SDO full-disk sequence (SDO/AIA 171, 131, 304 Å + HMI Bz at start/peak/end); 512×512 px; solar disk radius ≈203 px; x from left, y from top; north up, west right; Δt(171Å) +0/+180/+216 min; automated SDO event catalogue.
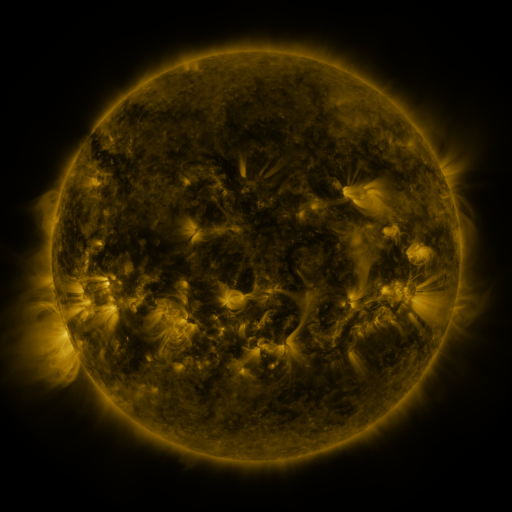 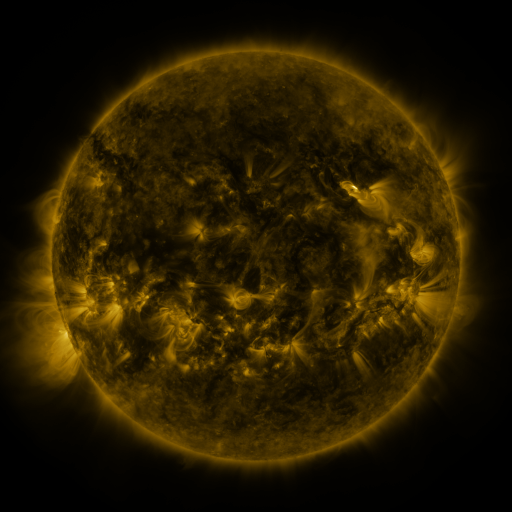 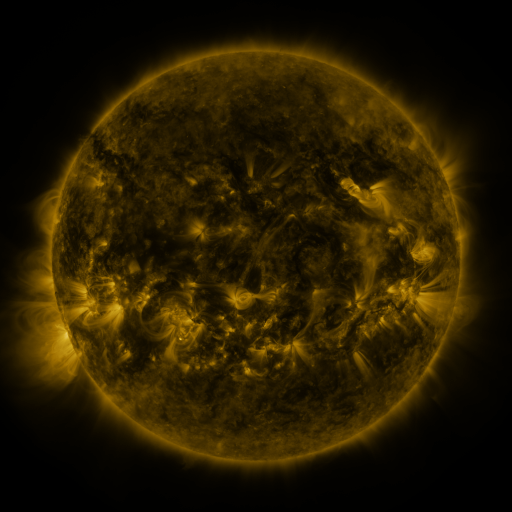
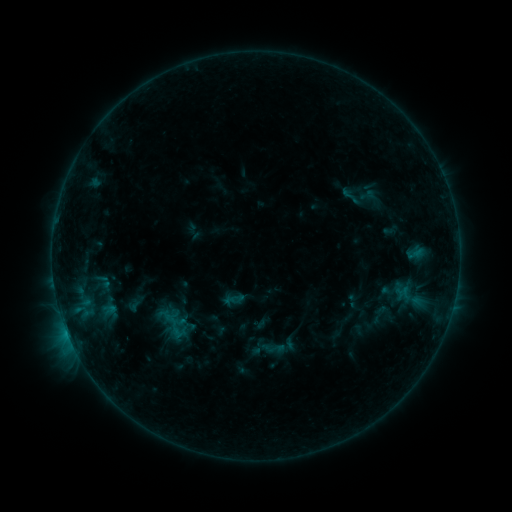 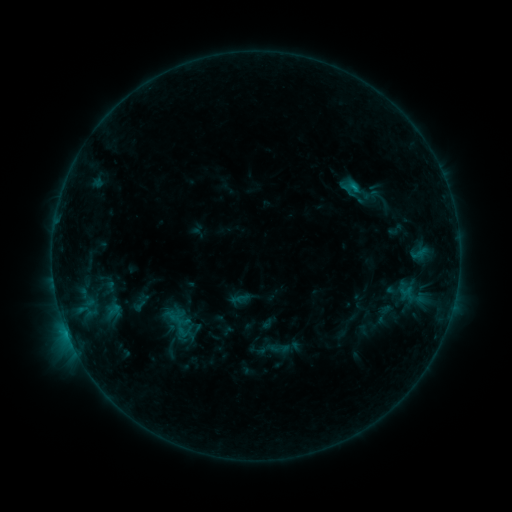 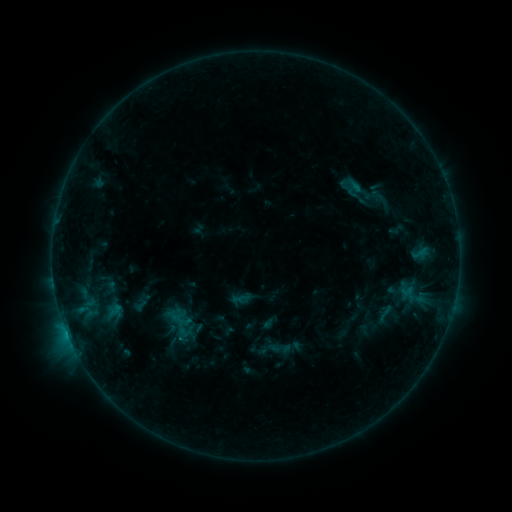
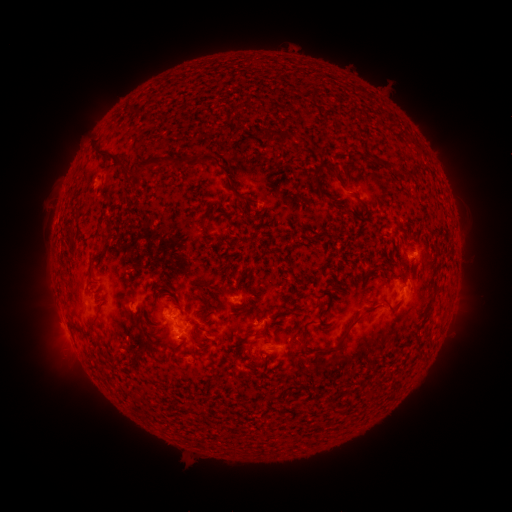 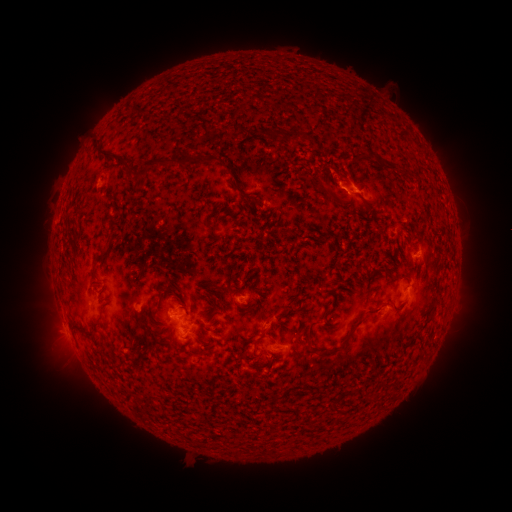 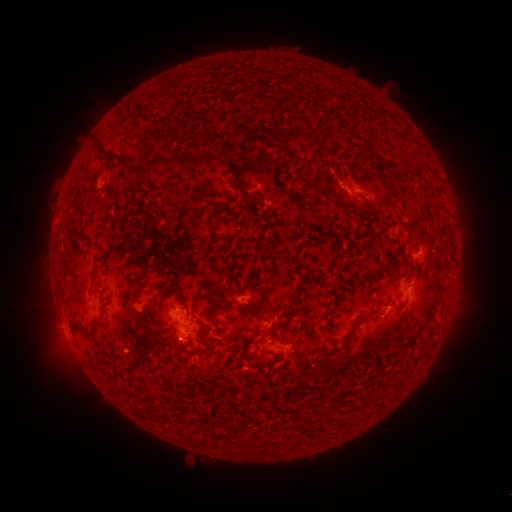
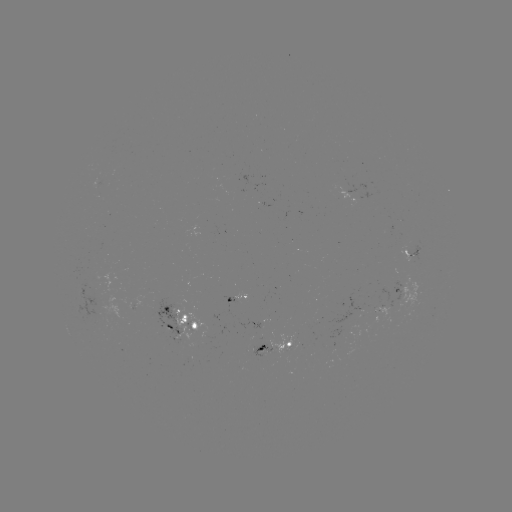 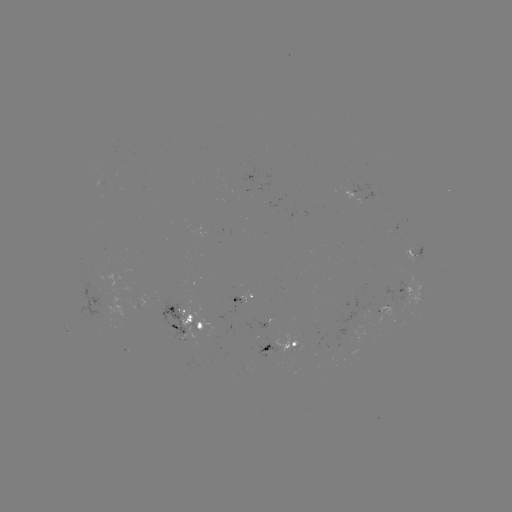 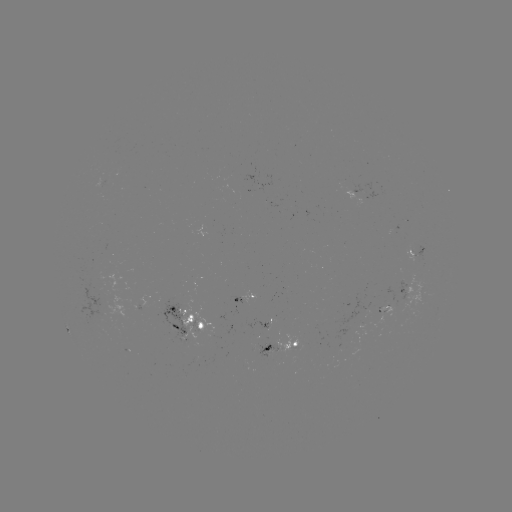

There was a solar emerging-flux region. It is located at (262, 323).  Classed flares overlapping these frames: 1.